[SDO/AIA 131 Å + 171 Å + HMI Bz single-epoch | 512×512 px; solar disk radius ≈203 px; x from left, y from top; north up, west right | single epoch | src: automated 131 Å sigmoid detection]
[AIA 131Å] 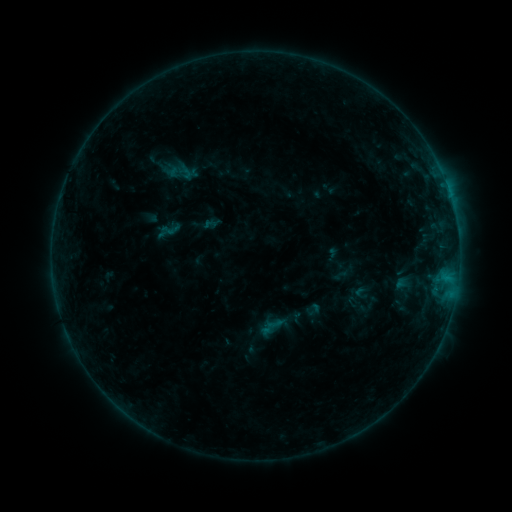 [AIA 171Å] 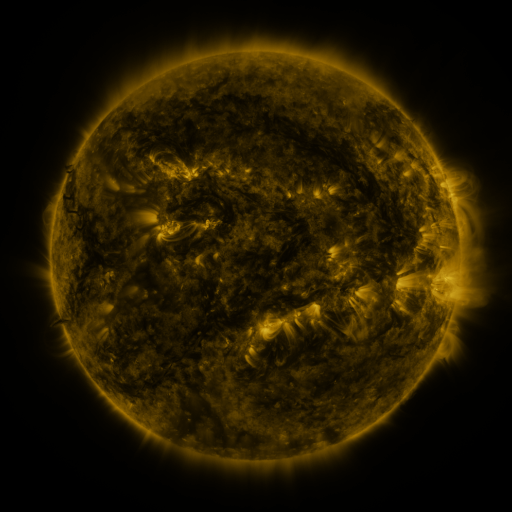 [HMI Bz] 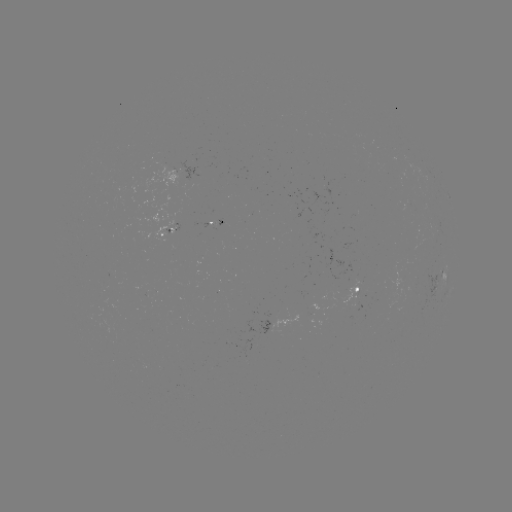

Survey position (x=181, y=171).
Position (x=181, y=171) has sigmoid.